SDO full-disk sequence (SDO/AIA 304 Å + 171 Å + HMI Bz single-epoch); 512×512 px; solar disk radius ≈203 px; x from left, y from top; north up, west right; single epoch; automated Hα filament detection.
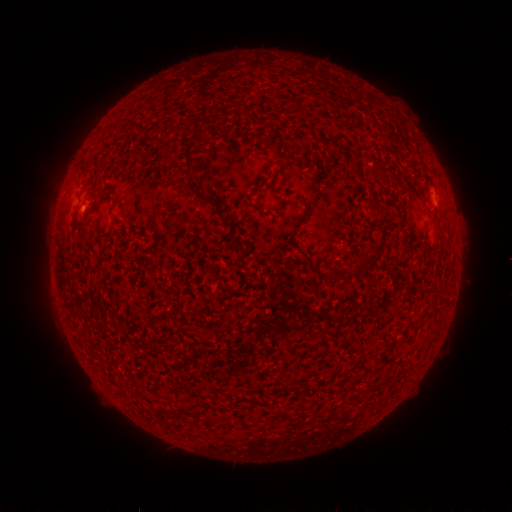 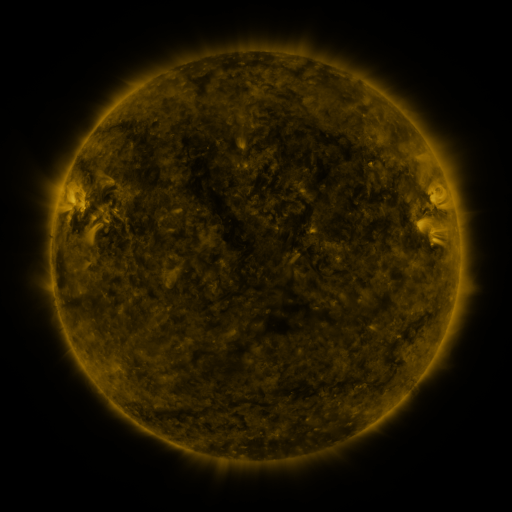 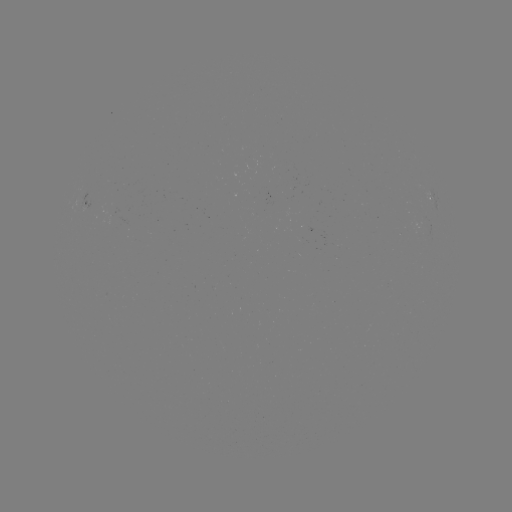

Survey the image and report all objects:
filament: <bbox>192, 124, 204, 136</bbox>
filament: <bbox>270, 143, 279, 153</bbox>
filament: <bbox>181, 144, 196, 169</bbox>
filament: <bbox>199, 194, 217, 208</bbox>
filament: <bbox>292, 199, 302, 204</bbox>
filament: <bbox>378, 203, 387, 215</bbox>
filament: <bbox>219, 215, 228, 224</bbox>
filament: <bbox>76, 218, 89, 231</bbox>
filament: <bbox>370, 241, 379, 254</bbox>
filament: <bbox>353, 254, 370, 275</bbox>
filament: <bbox>321, 385, 328, 396</bbox>
